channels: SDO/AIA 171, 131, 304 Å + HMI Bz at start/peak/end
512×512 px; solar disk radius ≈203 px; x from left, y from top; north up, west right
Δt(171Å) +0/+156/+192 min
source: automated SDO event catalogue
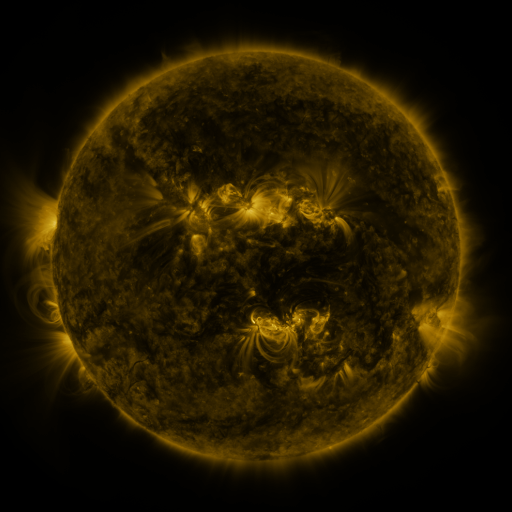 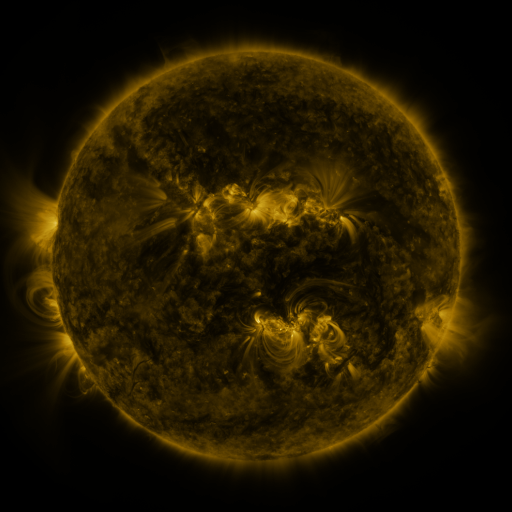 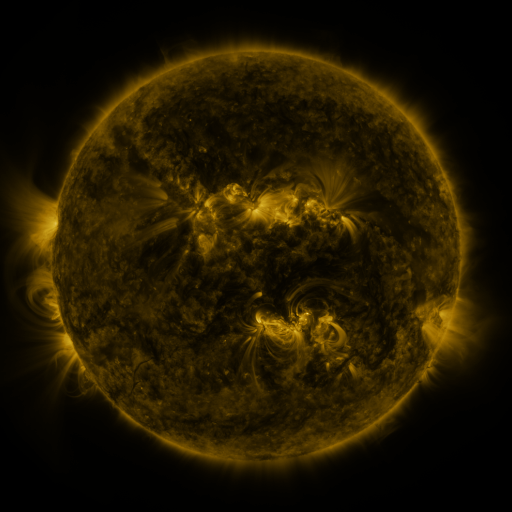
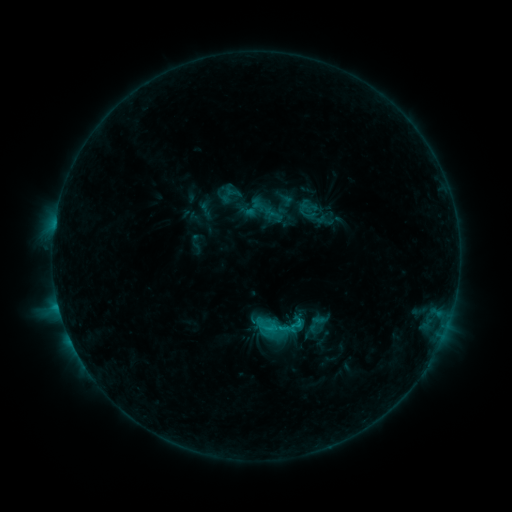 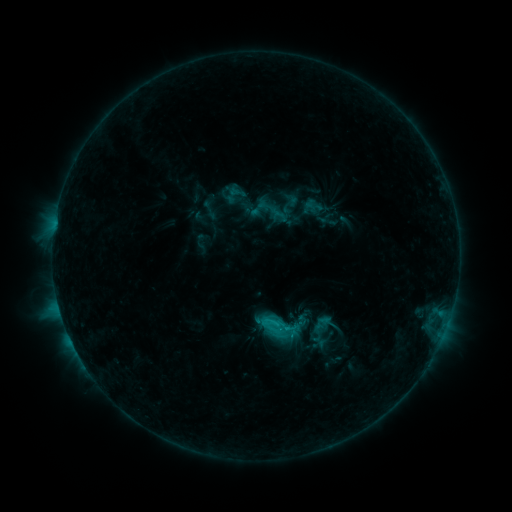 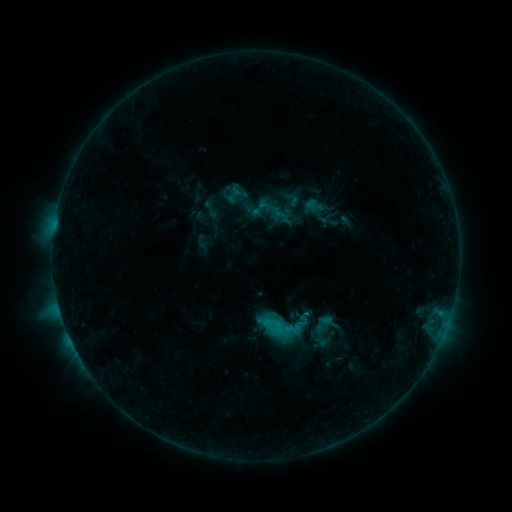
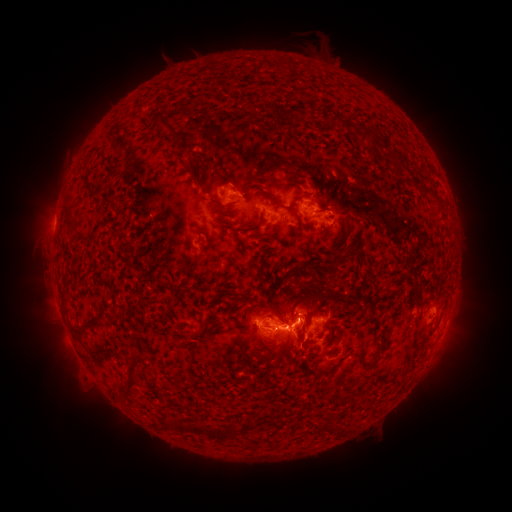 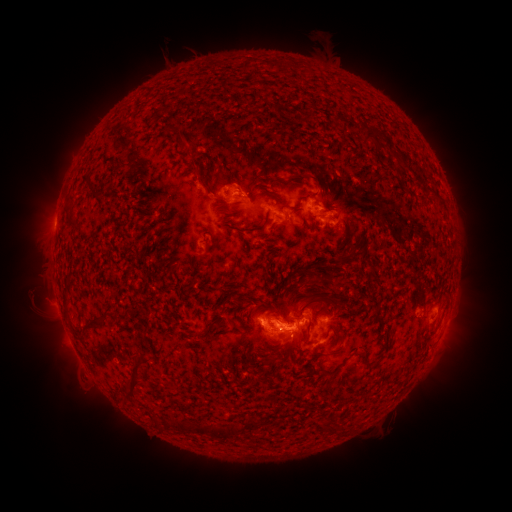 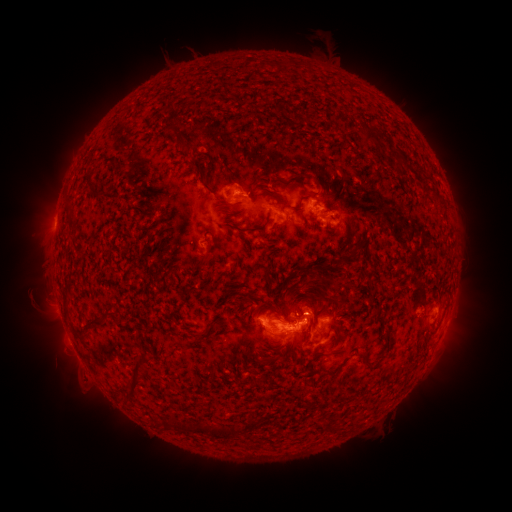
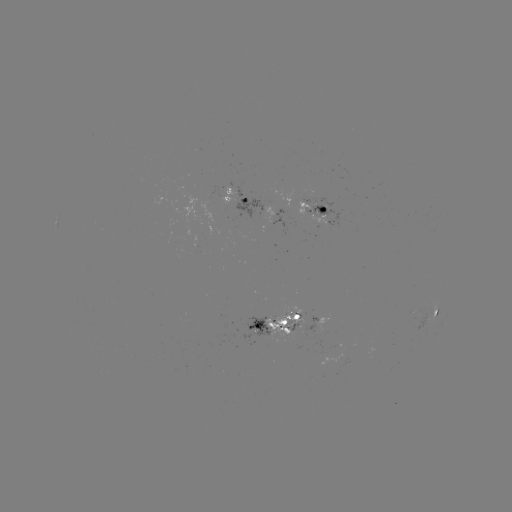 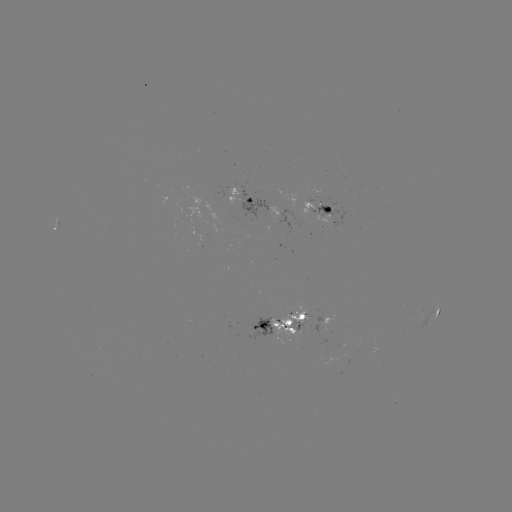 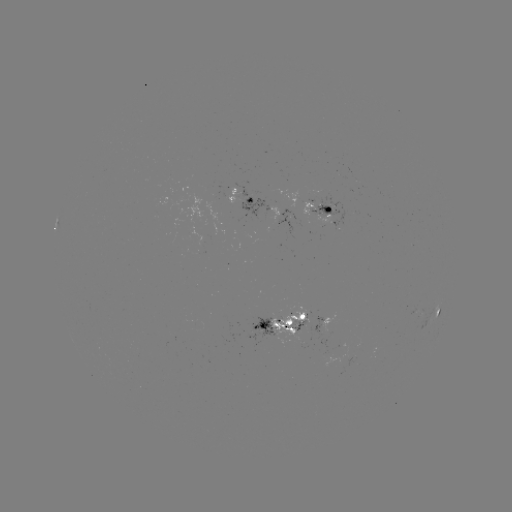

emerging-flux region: (408, 308, 421, 316)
